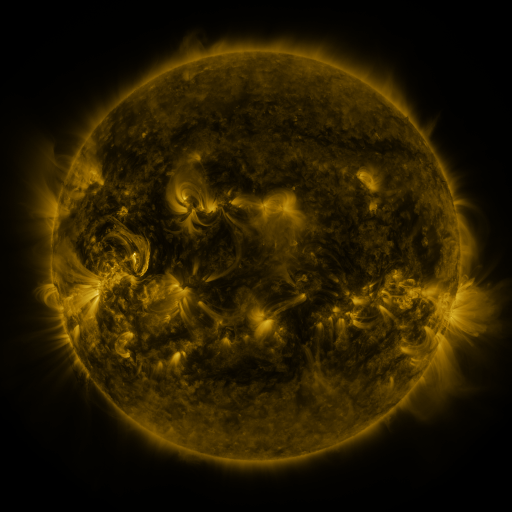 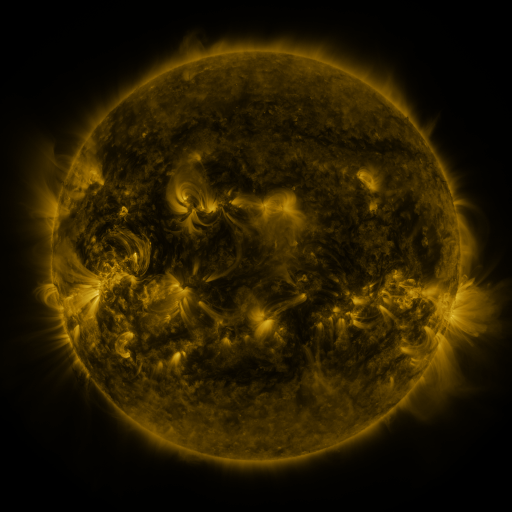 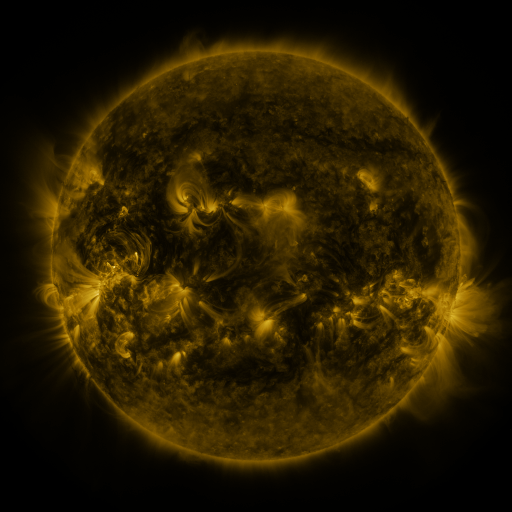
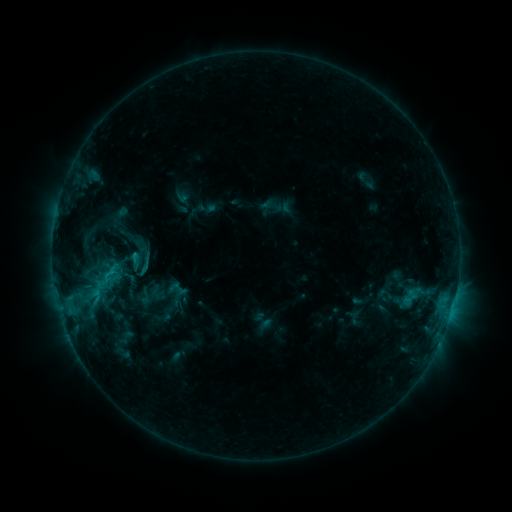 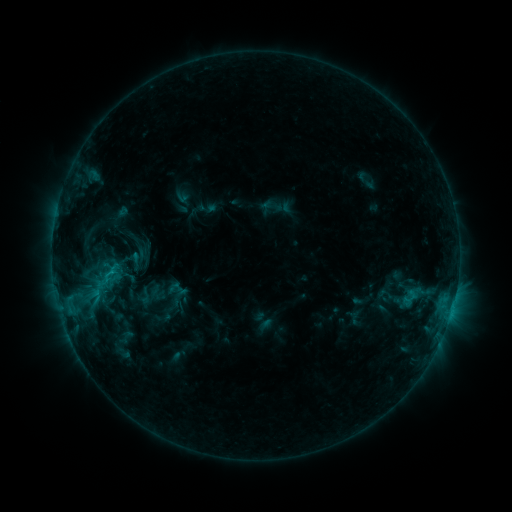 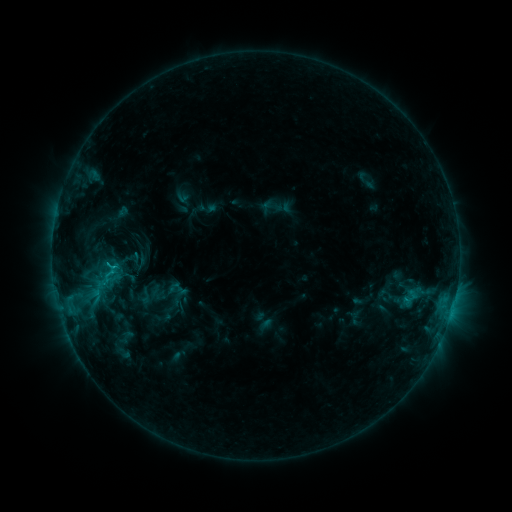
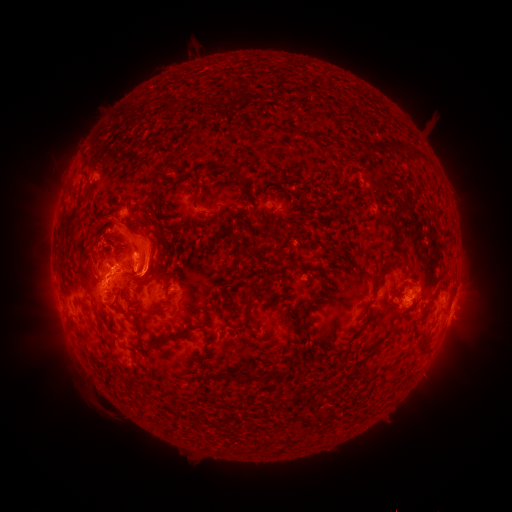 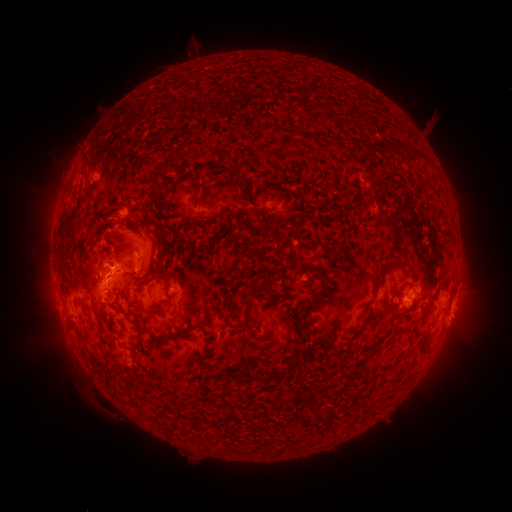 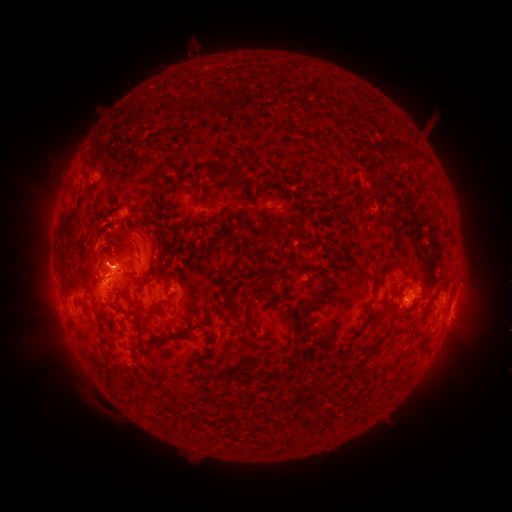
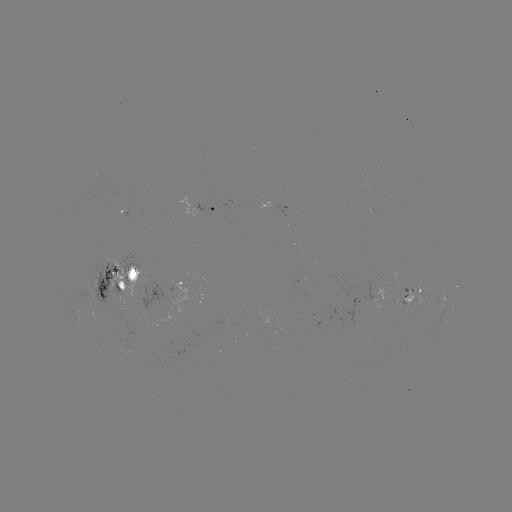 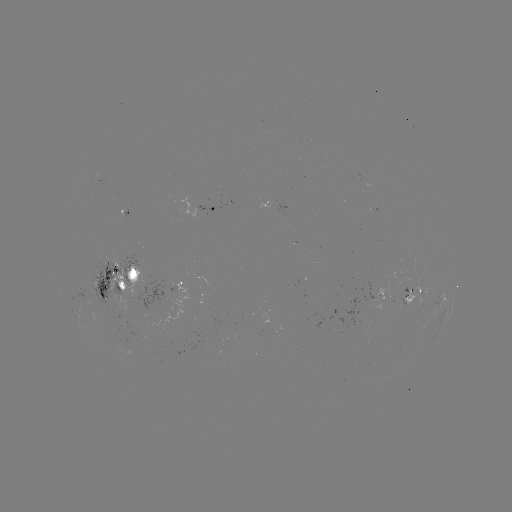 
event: eruption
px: (135, 240)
